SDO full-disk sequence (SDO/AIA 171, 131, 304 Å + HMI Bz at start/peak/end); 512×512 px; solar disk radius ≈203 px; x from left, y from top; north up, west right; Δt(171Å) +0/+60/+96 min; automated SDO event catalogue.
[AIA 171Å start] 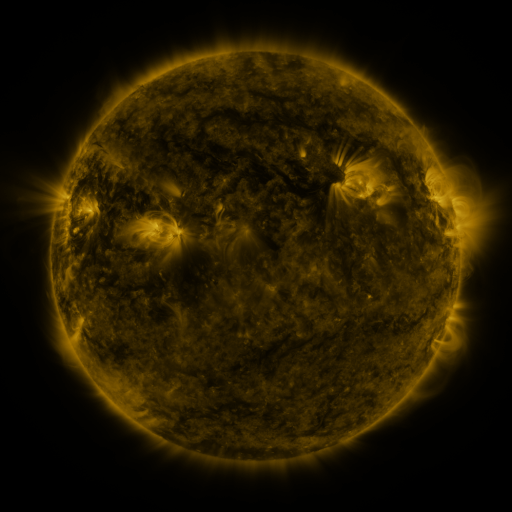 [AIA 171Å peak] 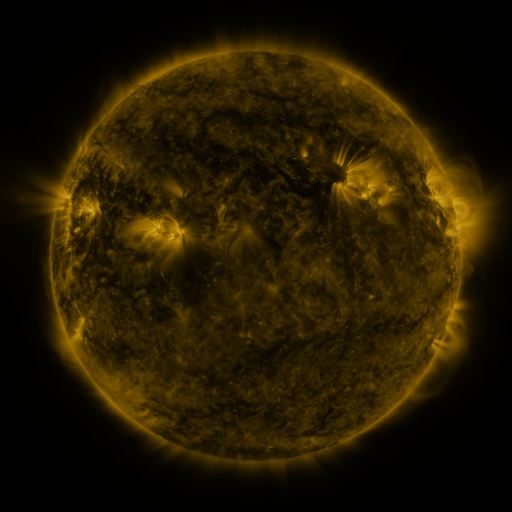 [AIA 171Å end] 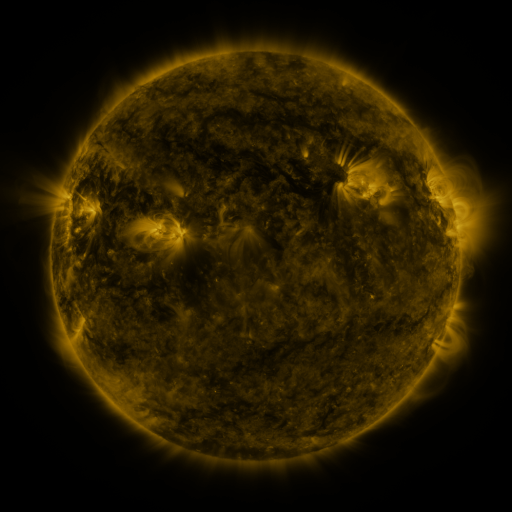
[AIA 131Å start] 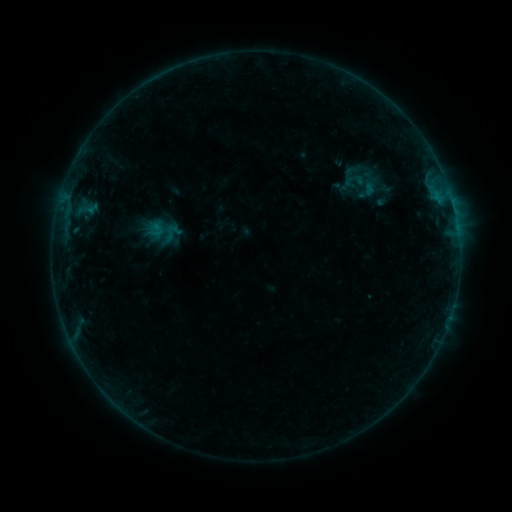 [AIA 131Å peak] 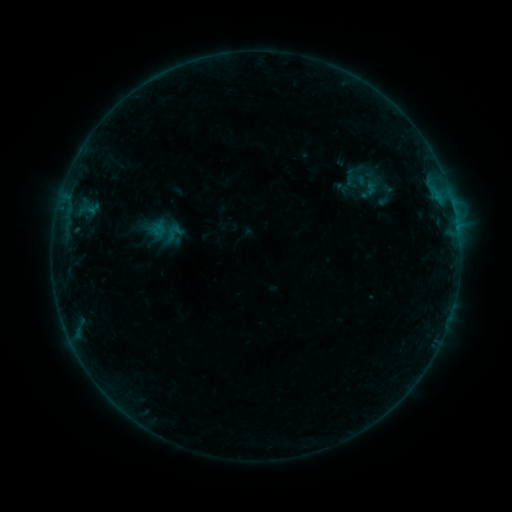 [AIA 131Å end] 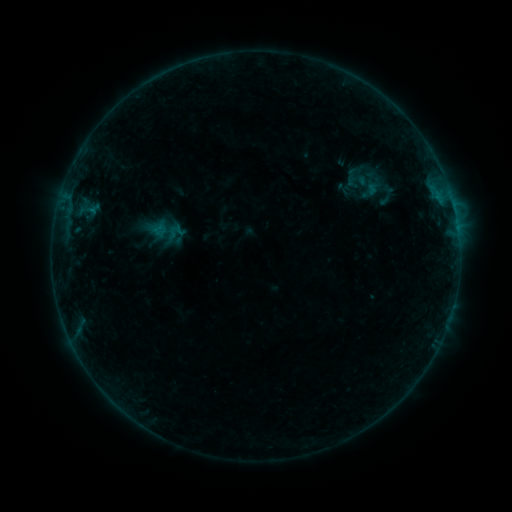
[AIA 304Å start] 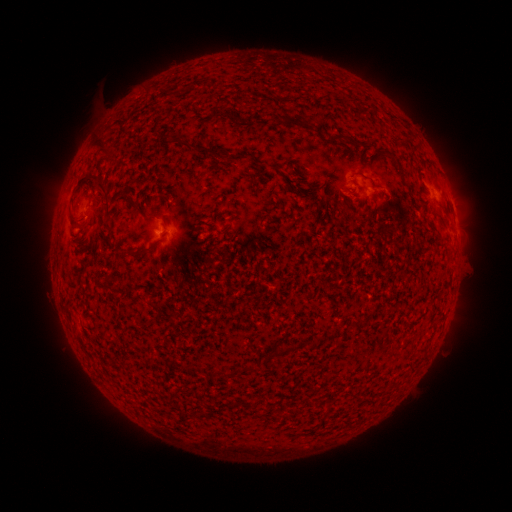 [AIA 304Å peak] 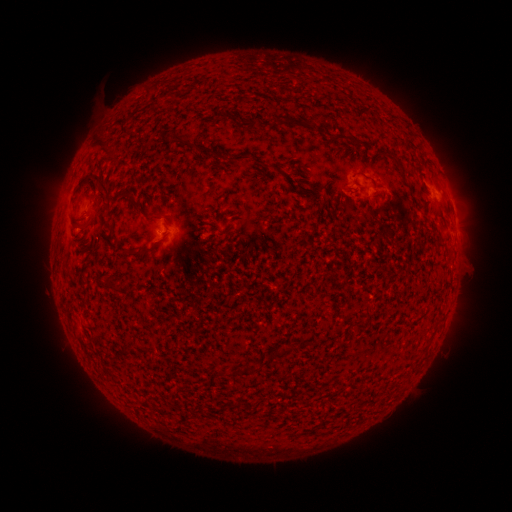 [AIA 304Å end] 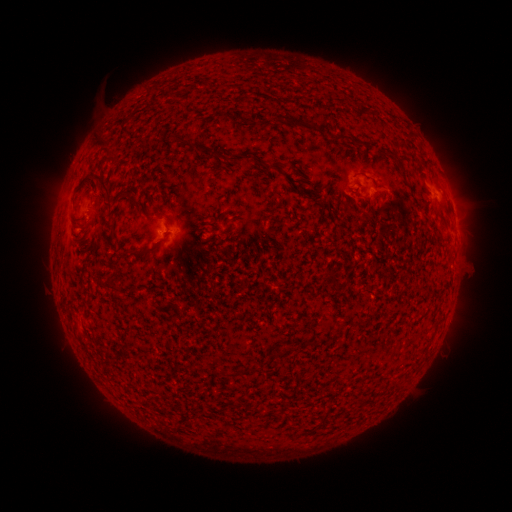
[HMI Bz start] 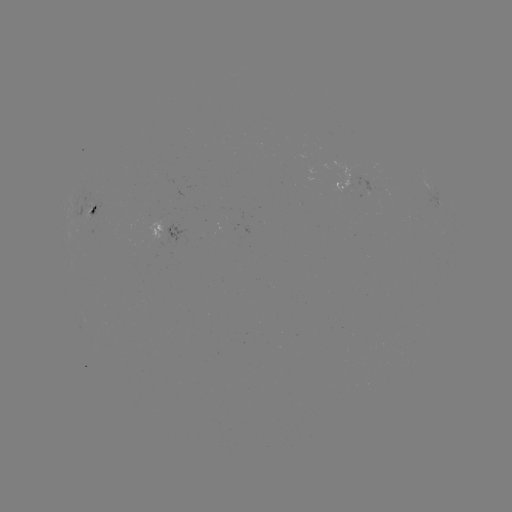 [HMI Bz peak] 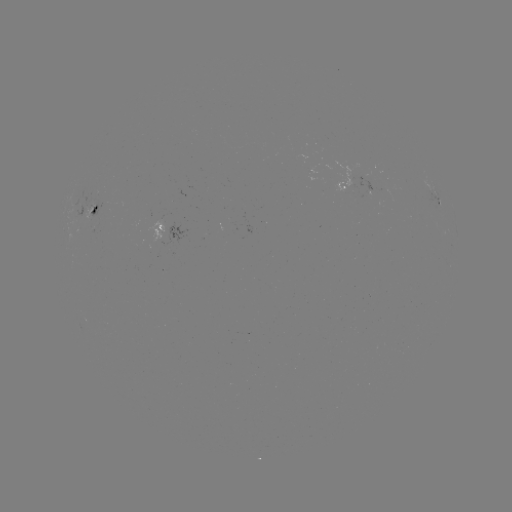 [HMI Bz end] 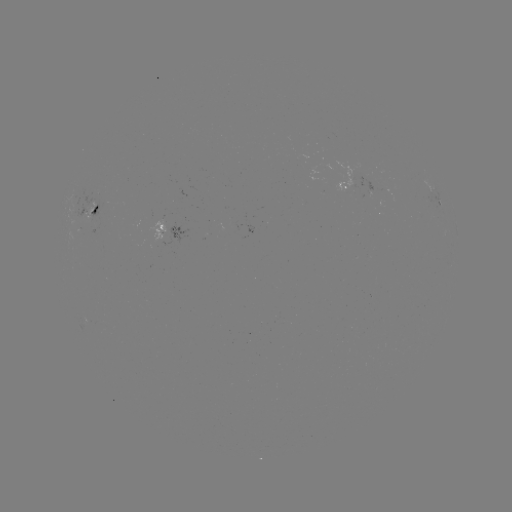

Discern emerging-flux region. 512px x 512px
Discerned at [92, 221].